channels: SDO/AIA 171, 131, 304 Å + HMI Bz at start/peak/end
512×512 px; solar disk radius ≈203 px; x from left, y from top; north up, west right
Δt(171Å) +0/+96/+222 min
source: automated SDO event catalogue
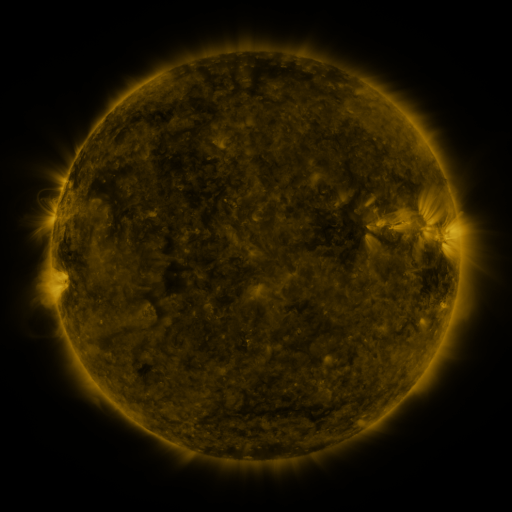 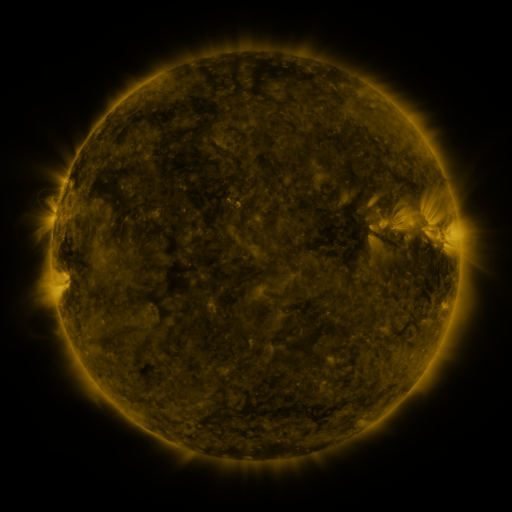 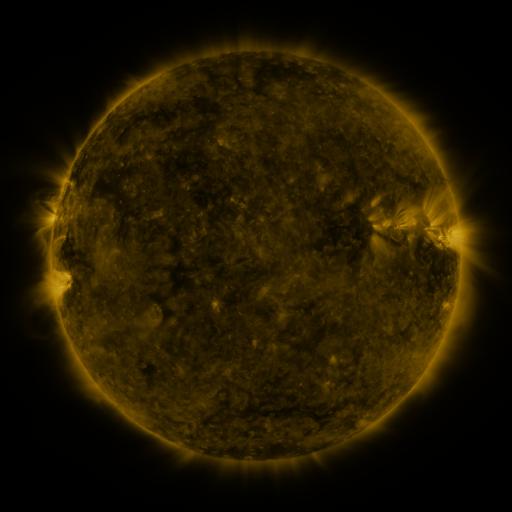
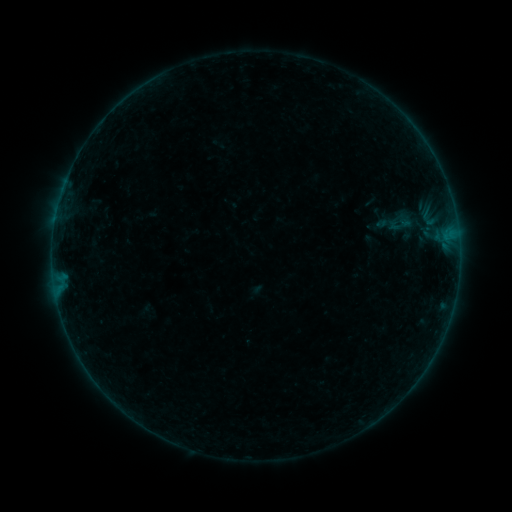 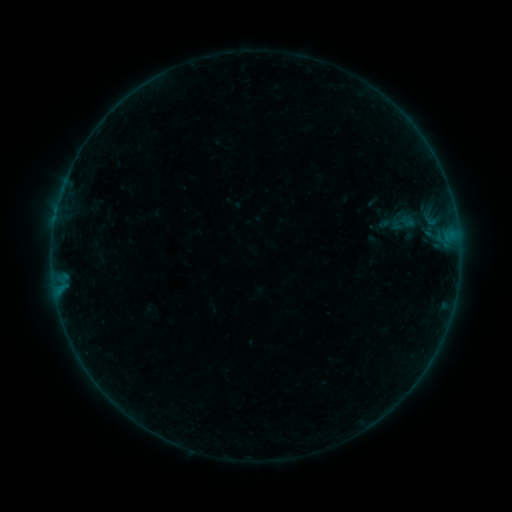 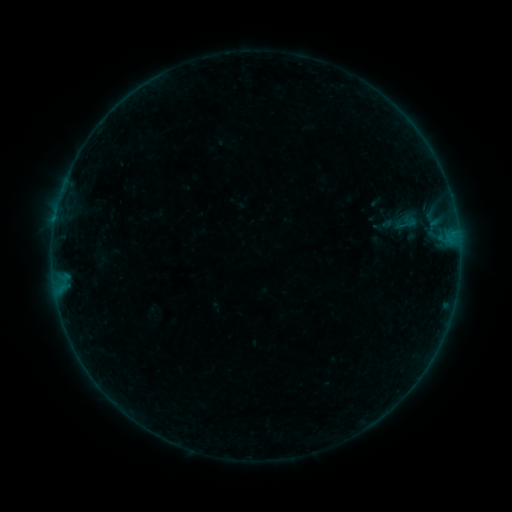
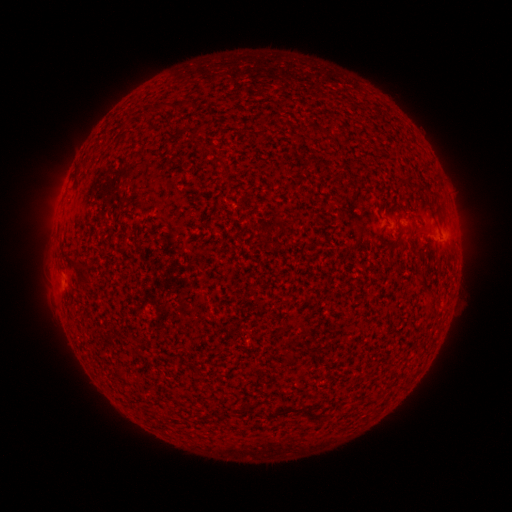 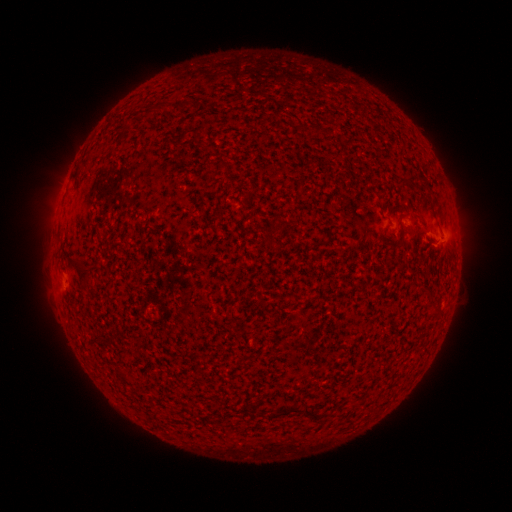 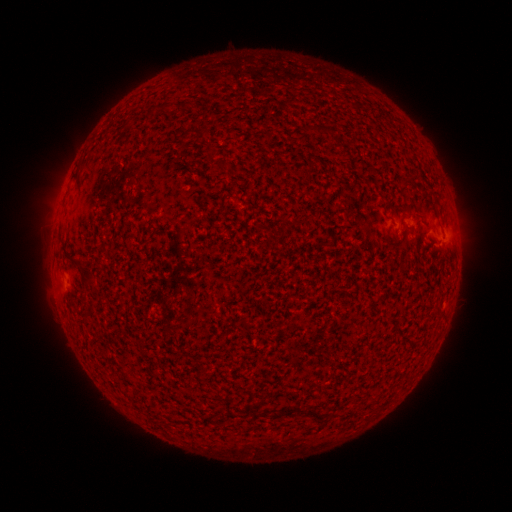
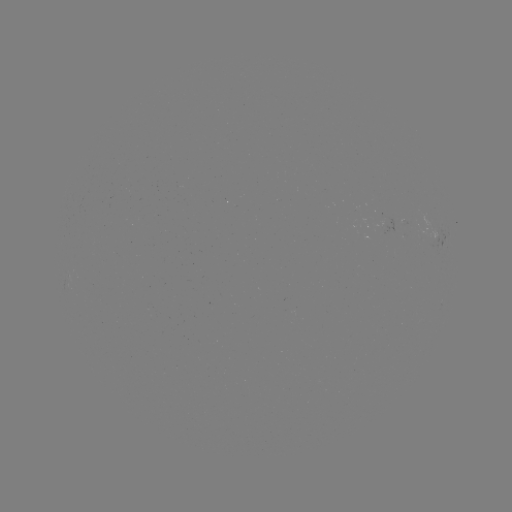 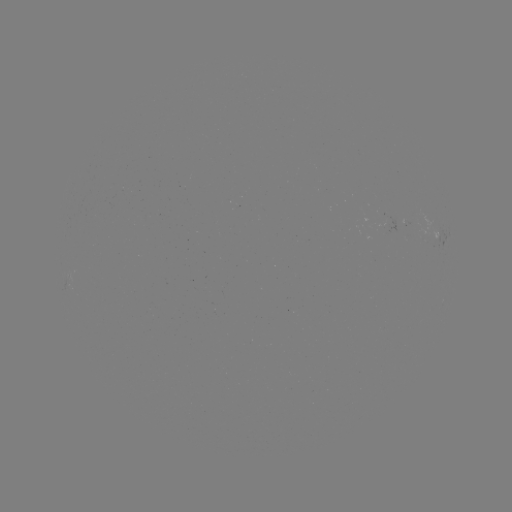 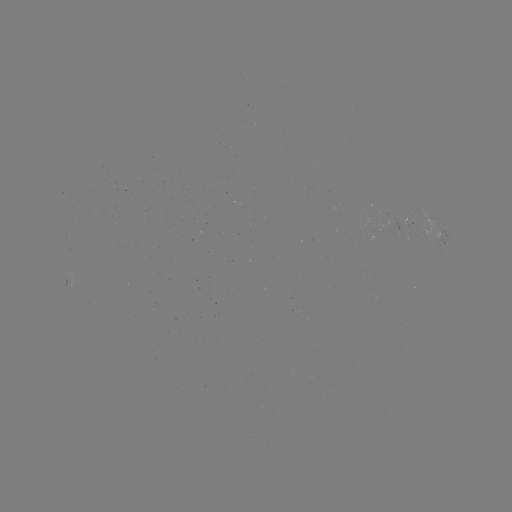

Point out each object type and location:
B1.3 flare: (437, 249)
